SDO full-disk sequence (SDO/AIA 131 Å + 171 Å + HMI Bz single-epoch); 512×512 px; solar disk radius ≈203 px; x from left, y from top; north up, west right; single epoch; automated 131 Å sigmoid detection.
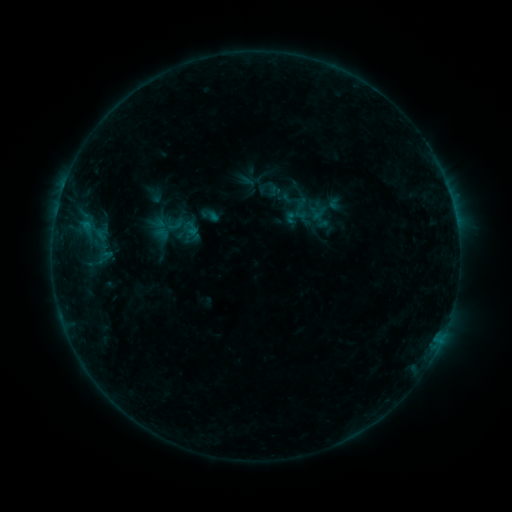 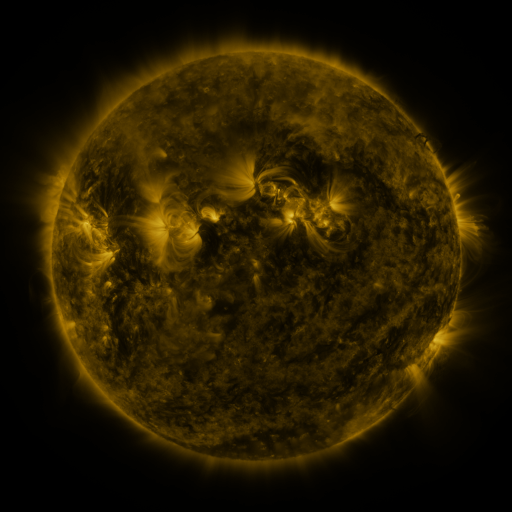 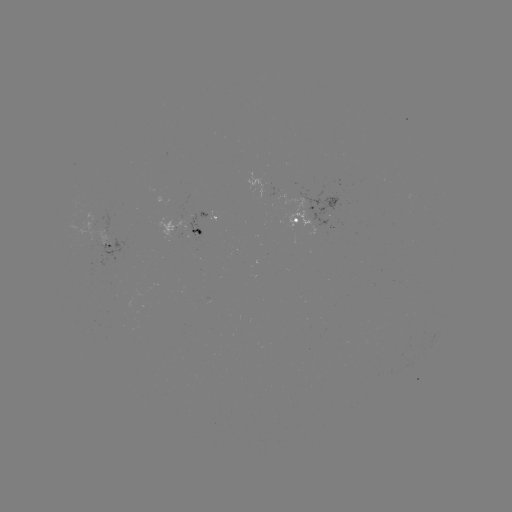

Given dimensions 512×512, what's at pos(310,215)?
sigmoid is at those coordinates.